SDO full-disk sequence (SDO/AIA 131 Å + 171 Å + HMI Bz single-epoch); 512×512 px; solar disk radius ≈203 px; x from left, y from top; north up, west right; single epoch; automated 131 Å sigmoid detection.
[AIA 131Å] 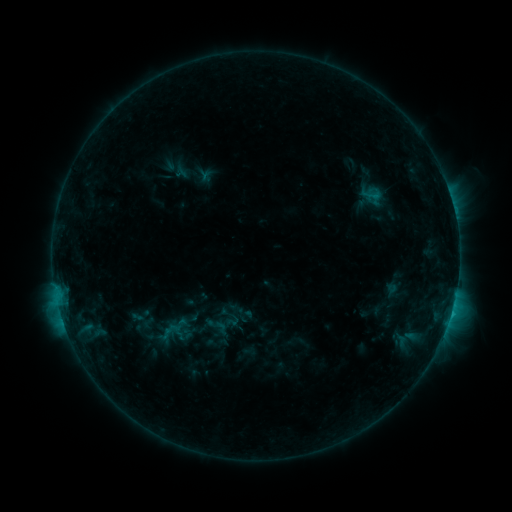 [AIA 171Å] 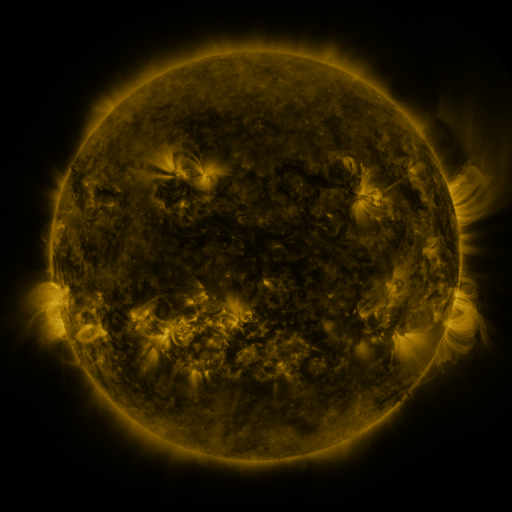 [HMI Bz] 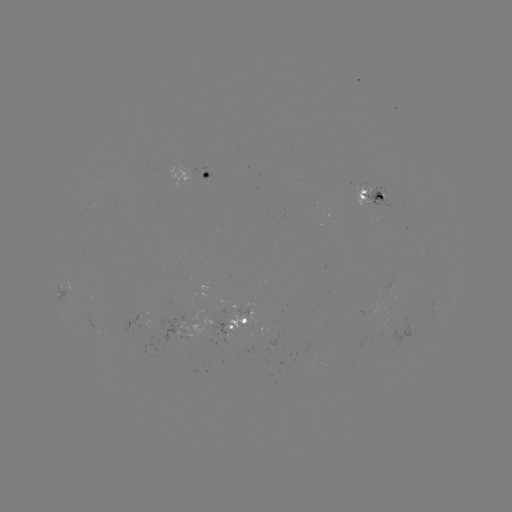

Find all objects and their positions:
sigmoid: (174, 330)
